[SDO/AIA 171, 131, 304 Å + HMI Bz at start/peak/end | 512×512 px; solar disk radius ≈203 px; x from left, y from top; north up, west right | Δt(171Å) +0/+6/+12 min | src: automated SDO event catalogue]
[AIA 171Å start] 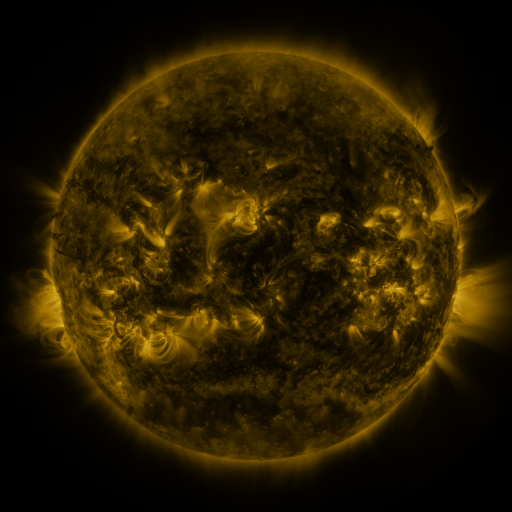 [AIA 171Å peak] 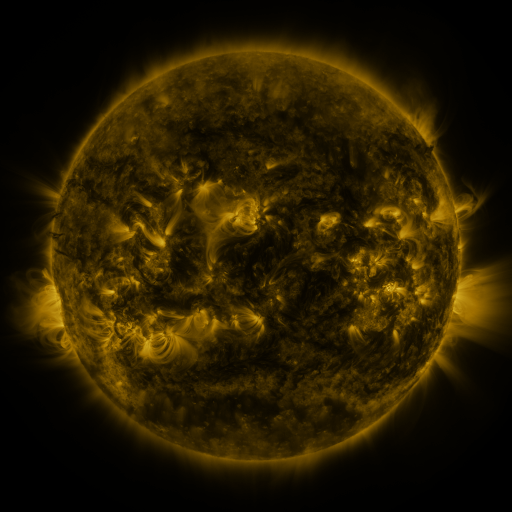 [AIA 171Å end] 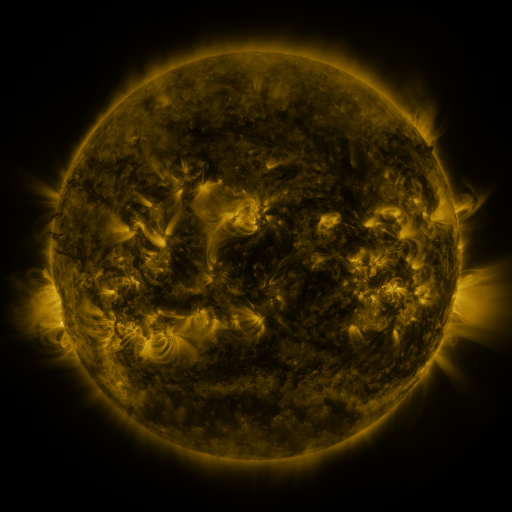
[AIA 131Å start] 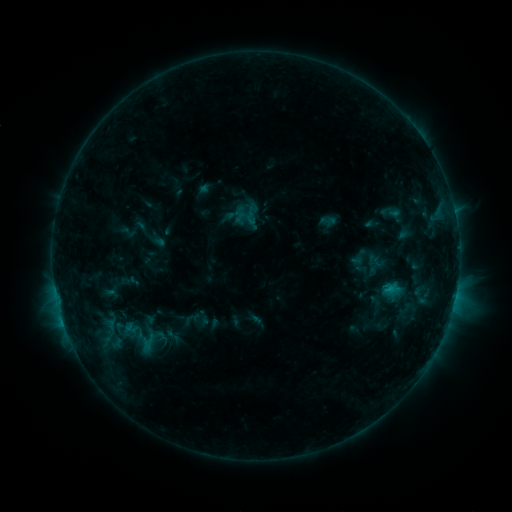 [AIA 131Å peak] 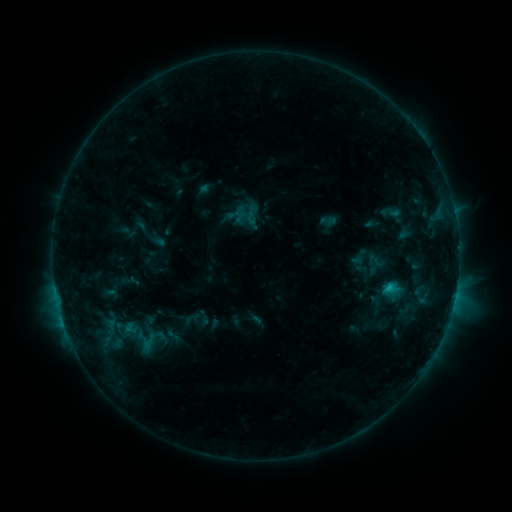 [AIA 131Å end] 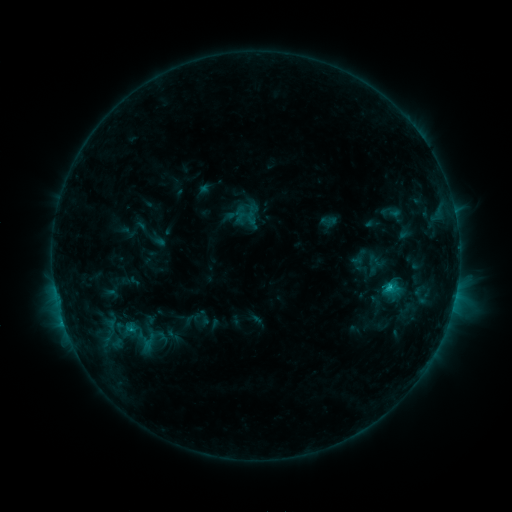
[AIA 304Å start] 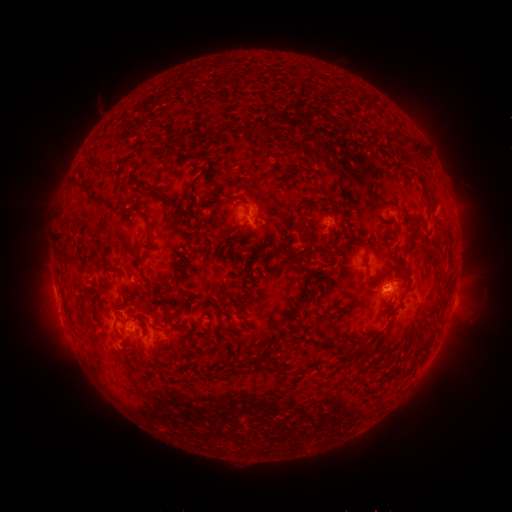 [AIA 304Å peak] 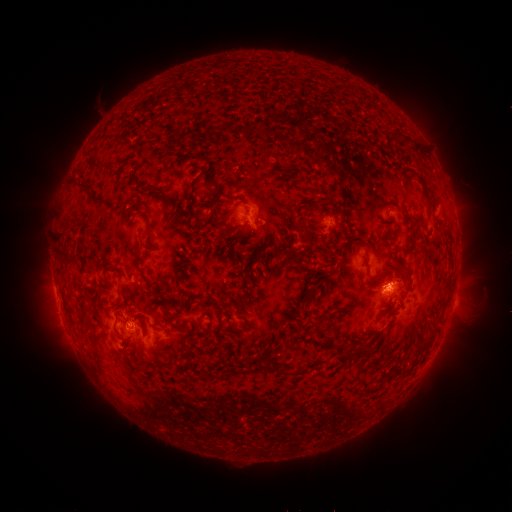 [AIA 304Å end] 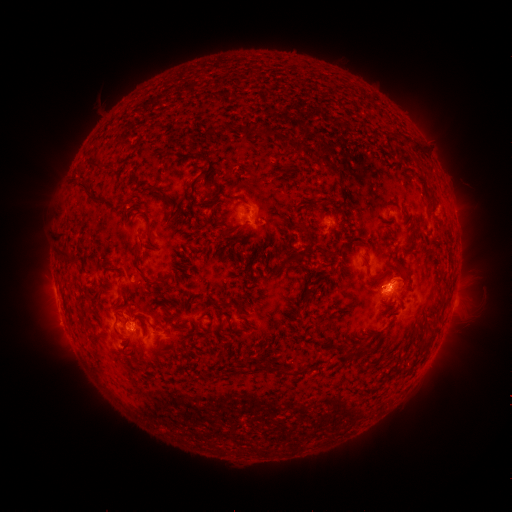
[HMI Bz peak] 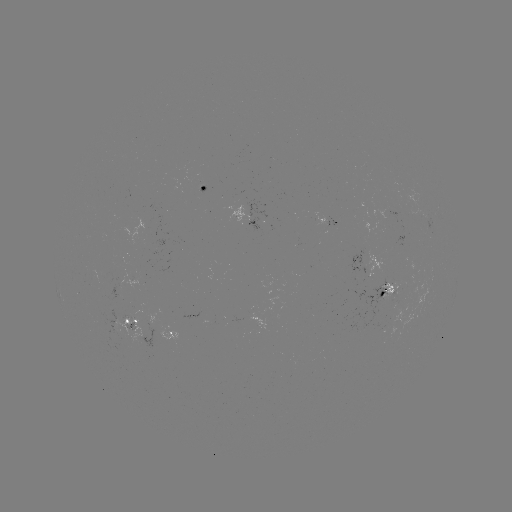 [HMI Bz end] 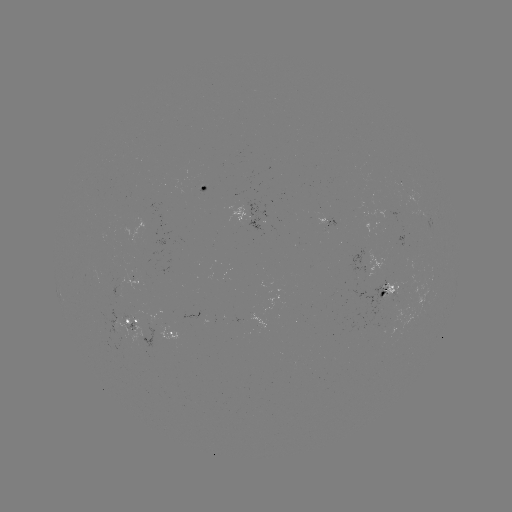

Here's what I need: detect C1.4 flare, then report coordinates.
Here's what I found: C1.4 flare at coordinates (387, 288).